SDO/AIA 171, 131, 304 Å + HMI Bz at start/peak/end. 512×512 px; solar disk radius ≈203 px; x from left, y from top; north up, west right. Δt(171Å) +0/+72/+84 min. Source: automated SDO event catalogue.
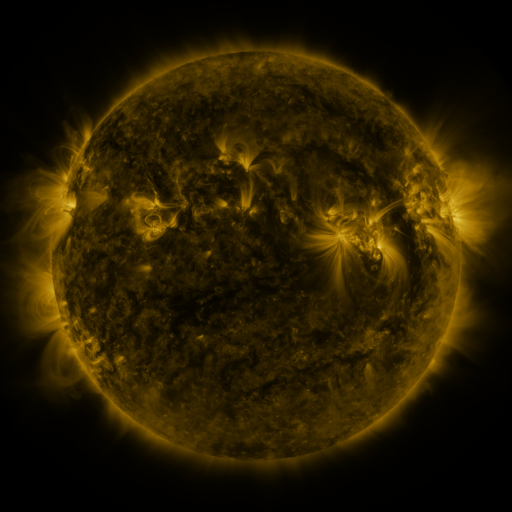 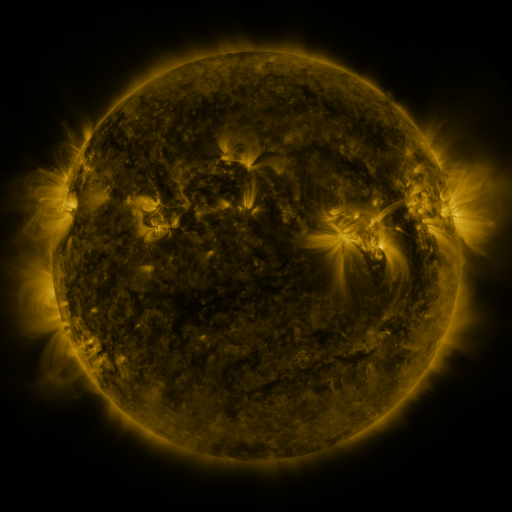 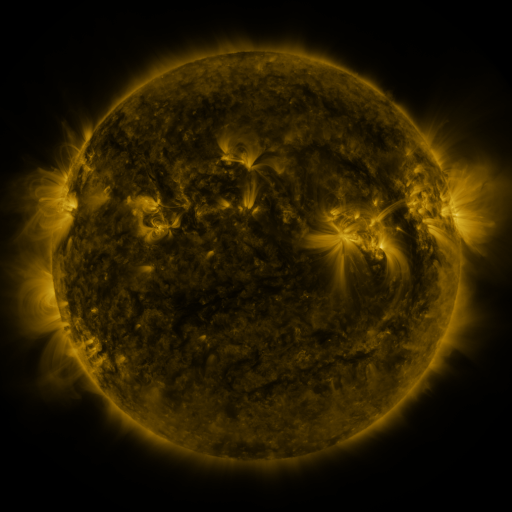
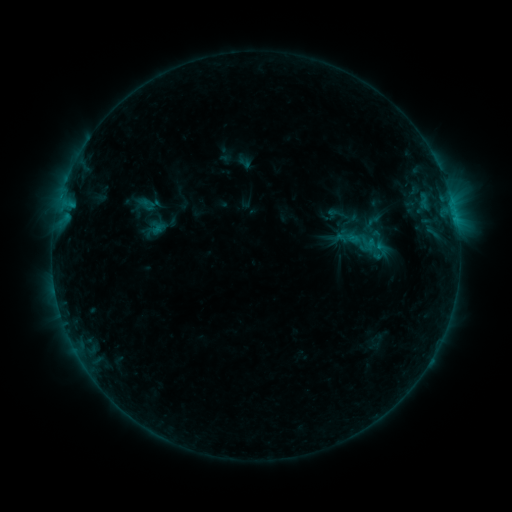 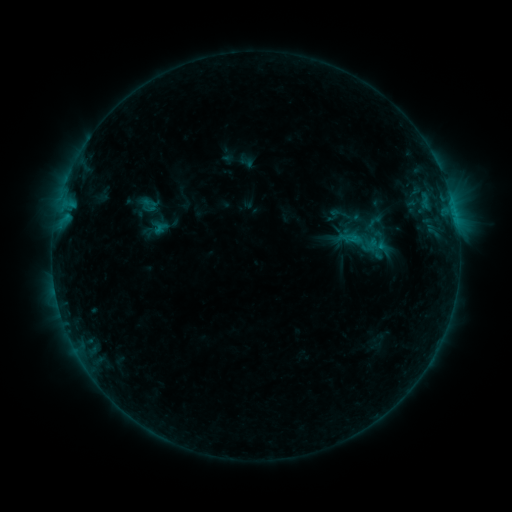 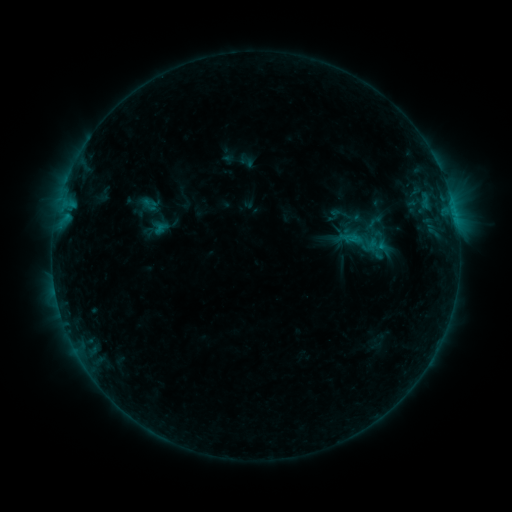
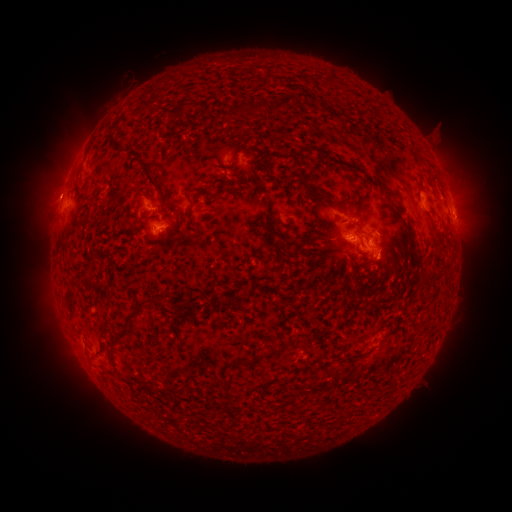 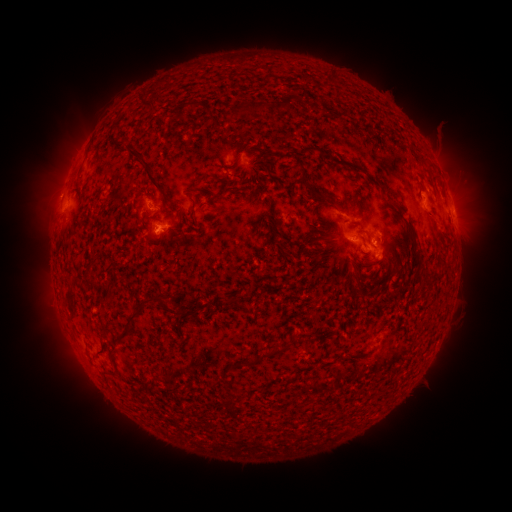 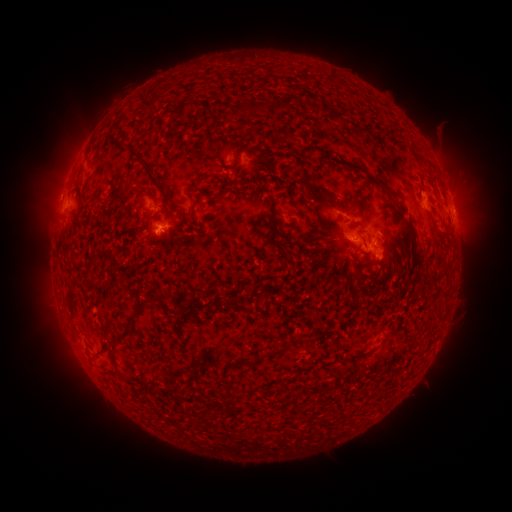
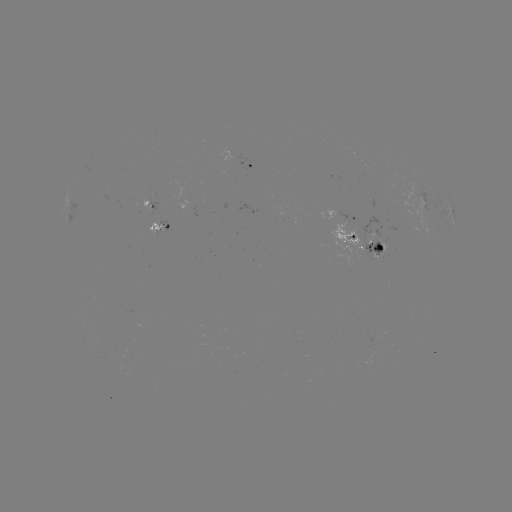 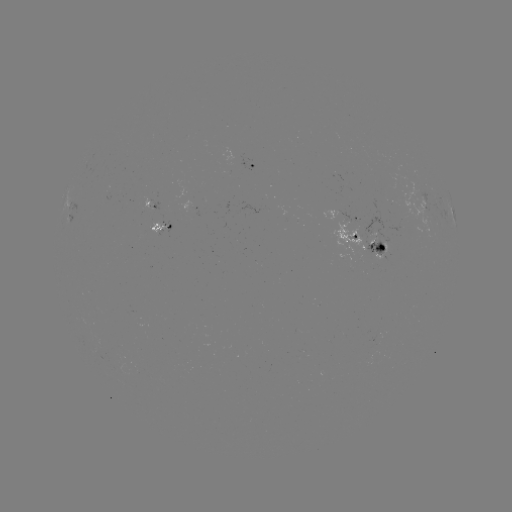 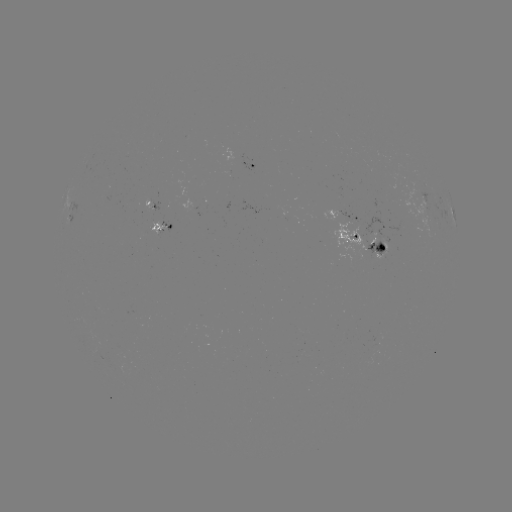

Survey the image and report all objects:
emerging-flux region: (388, 242)
